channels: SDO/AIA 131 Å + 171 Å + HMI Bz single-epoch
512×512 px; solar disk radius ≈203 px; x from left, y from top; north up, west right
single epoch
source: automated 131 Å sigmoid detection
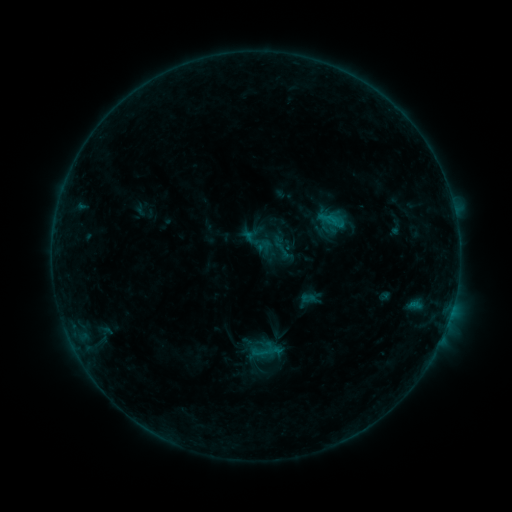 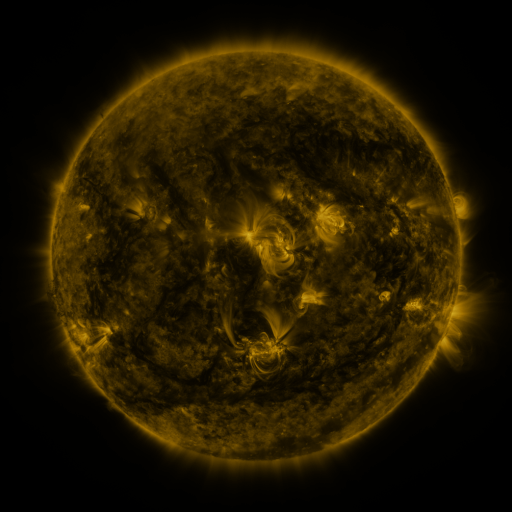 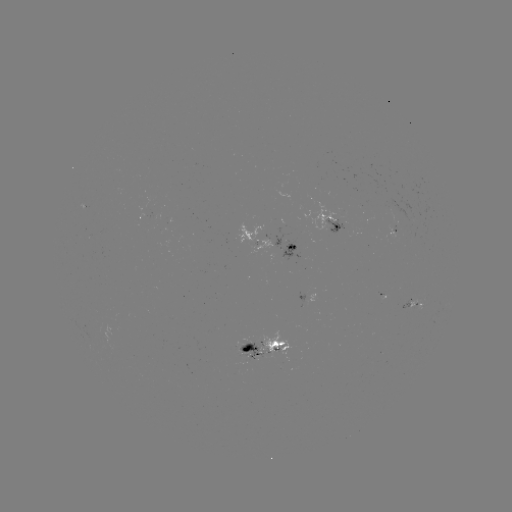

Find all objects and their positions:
sigmoid: [322, 211, 342, 228]
sigmoid: [267, 233, 298, 263]
